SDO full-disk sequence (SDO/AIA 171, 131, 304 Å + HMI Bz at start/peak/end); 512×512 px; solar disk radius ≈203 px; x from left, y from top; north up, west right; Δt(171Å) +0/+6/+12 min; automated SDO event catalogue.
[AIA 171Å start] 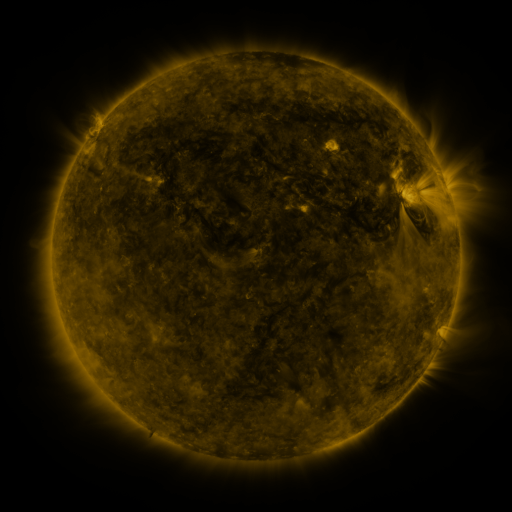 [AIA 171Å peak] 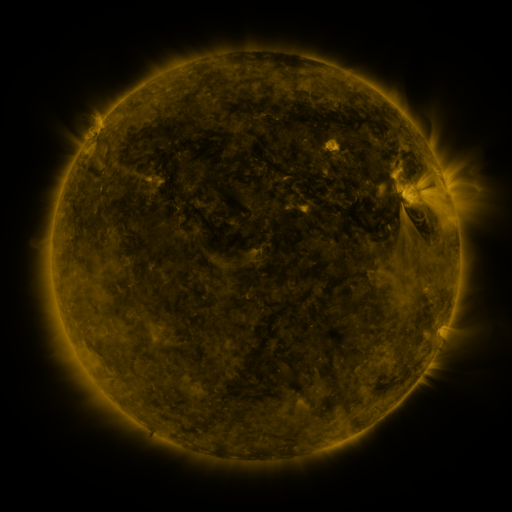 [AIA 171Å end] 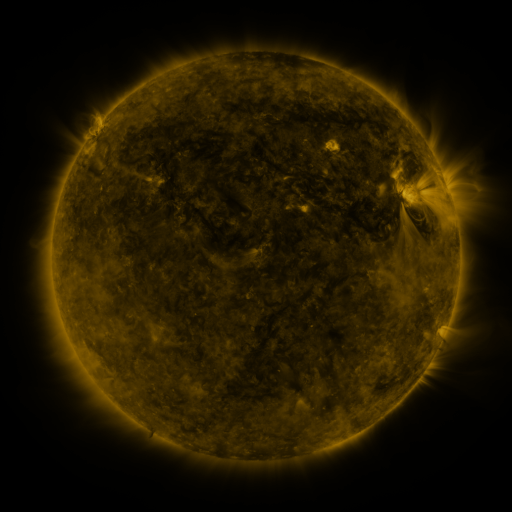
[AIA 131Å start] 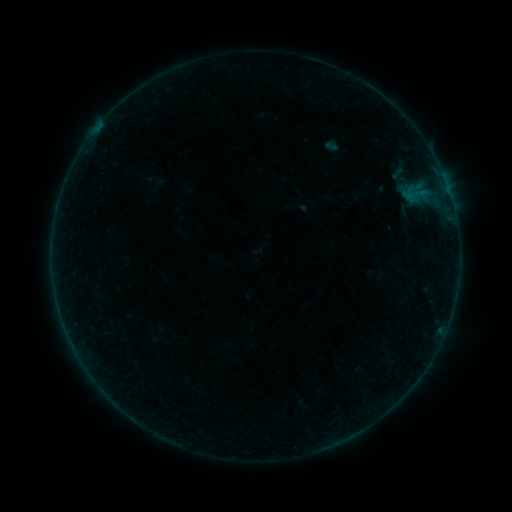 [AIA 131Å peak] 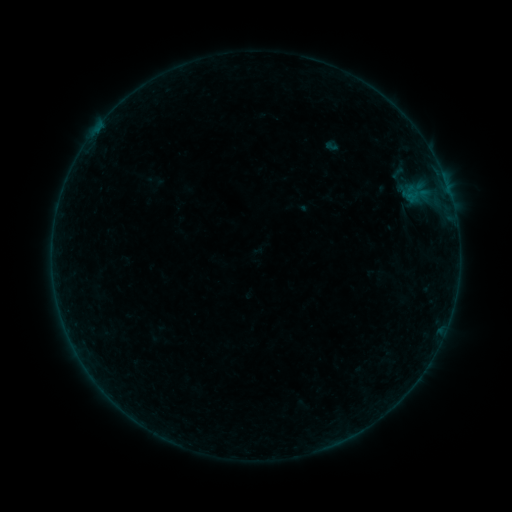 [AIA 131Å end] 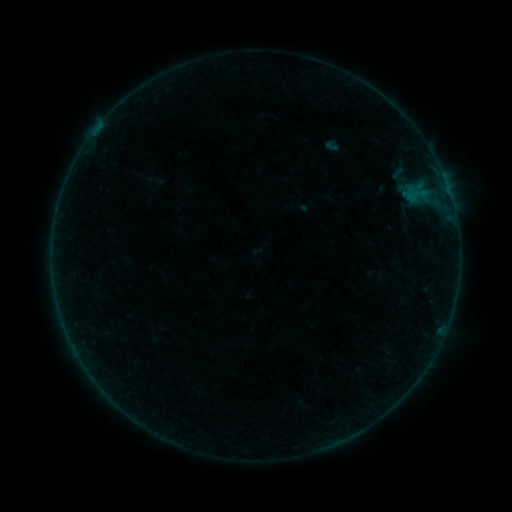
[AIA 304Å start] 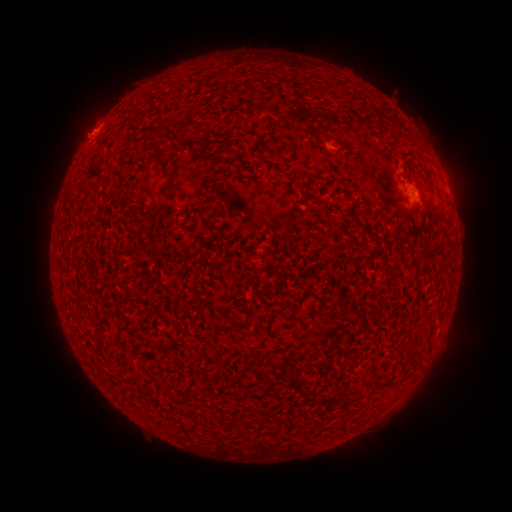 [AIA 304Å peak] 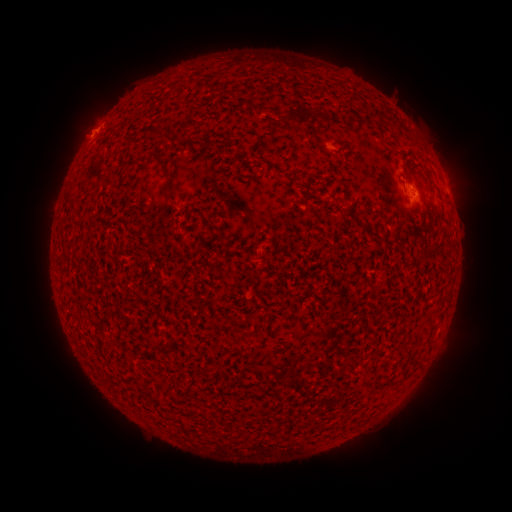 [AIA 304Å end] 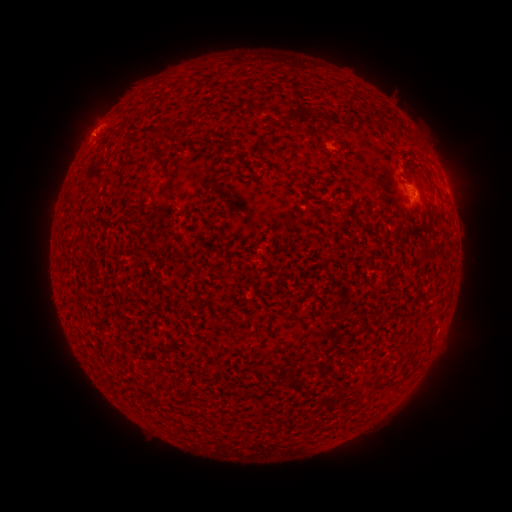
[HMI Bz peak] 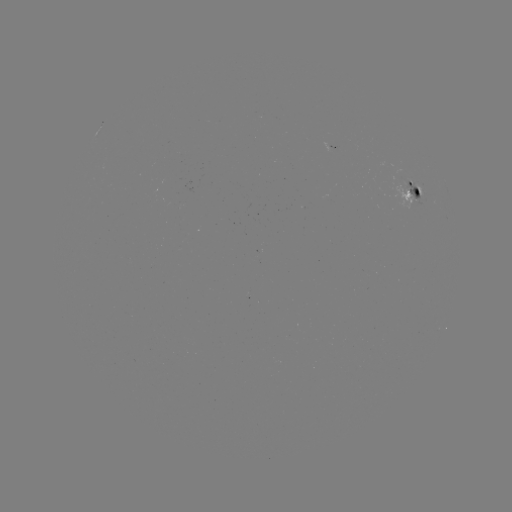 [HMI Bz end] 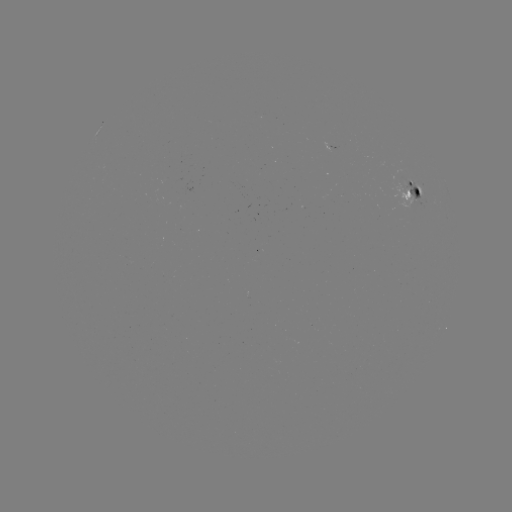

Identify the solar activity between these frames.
eruption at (79, 132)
